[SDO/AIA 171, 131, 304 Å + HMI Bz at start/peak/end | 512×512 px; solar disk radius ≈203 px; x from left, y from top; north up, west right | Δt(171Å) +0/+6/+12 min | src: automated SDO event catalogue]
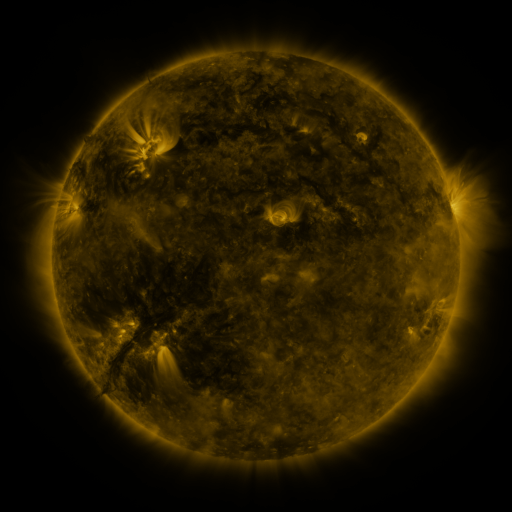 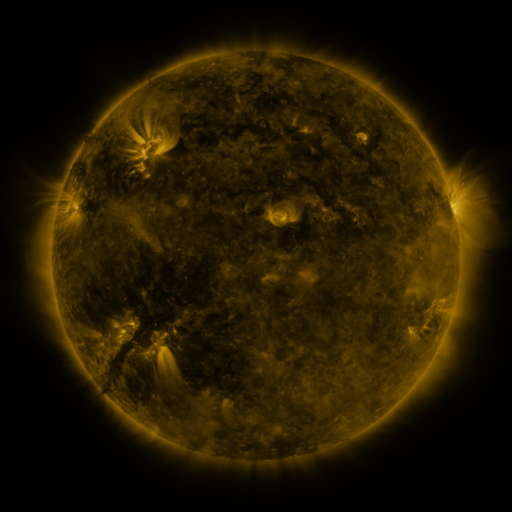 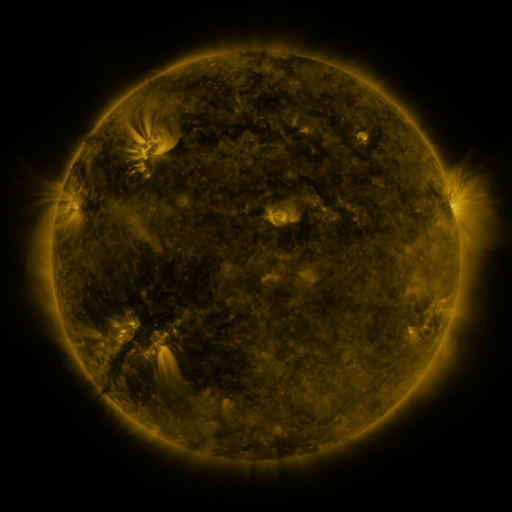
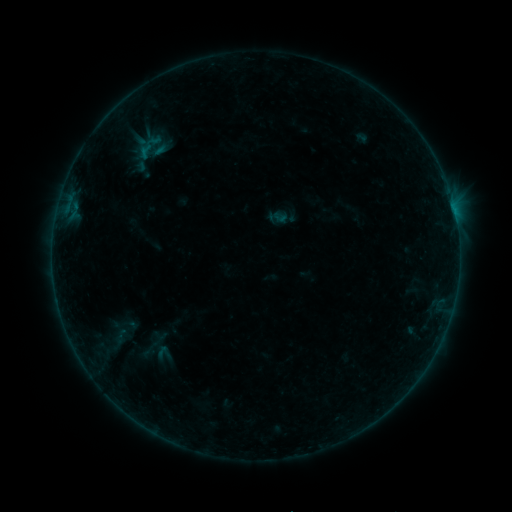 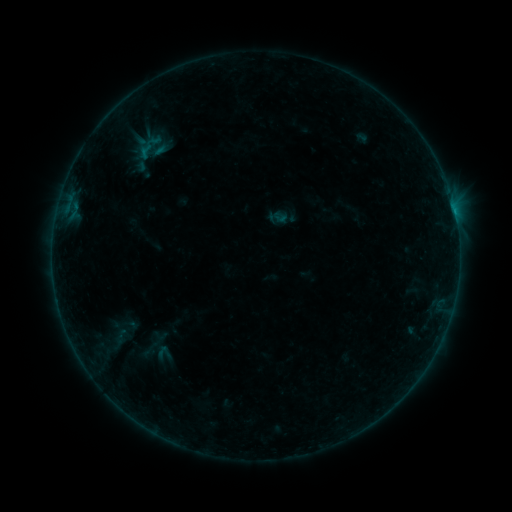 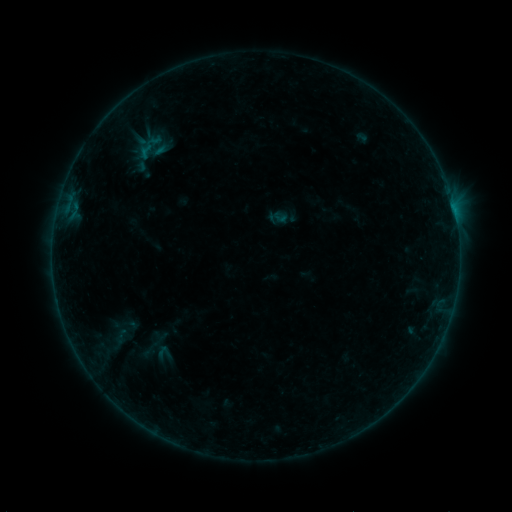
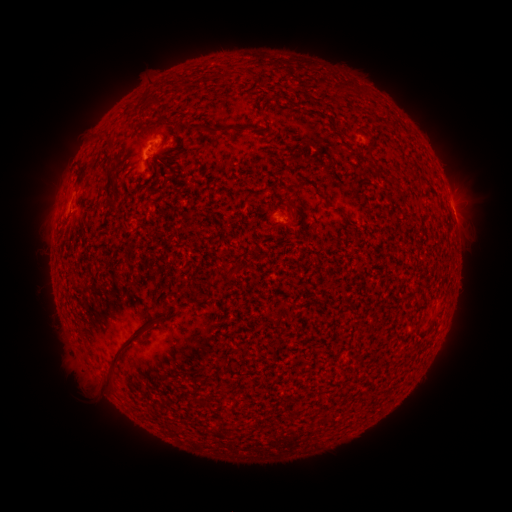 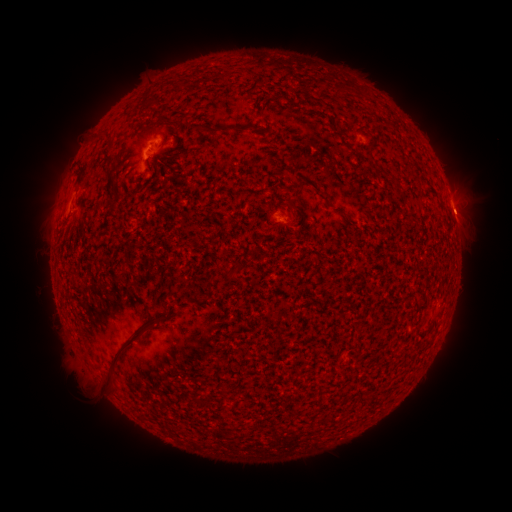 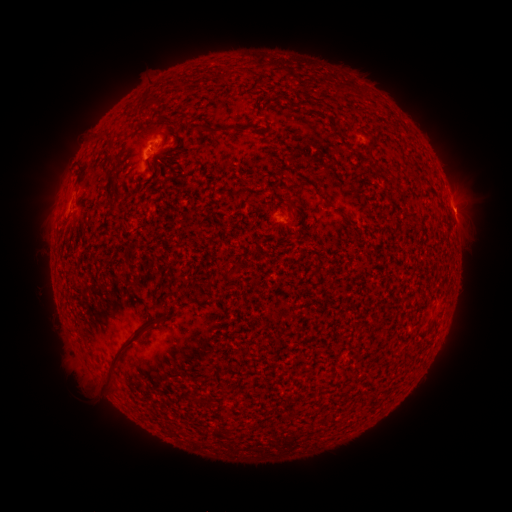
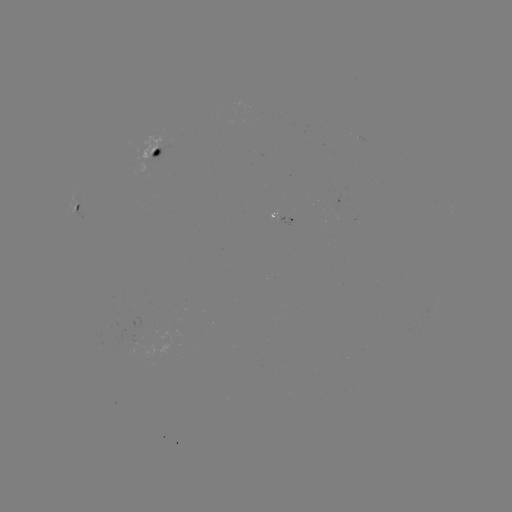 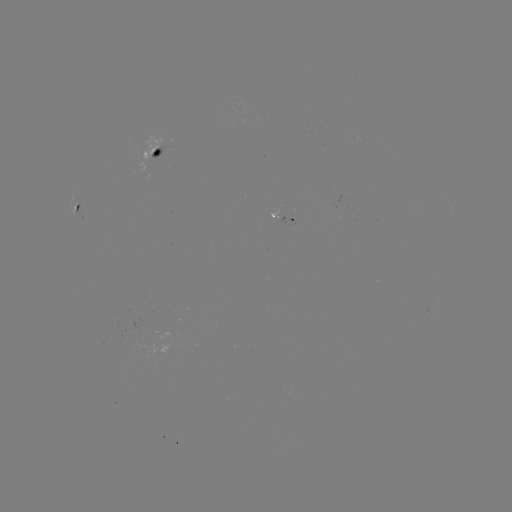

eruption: [443, 193, 486, 231]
